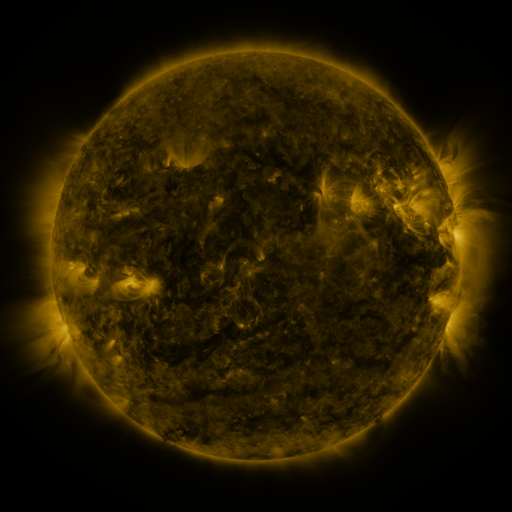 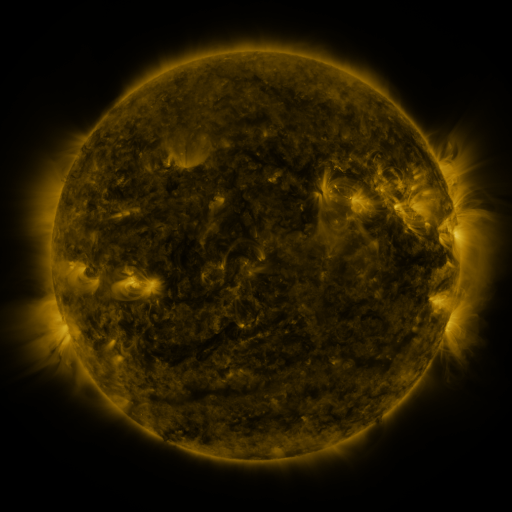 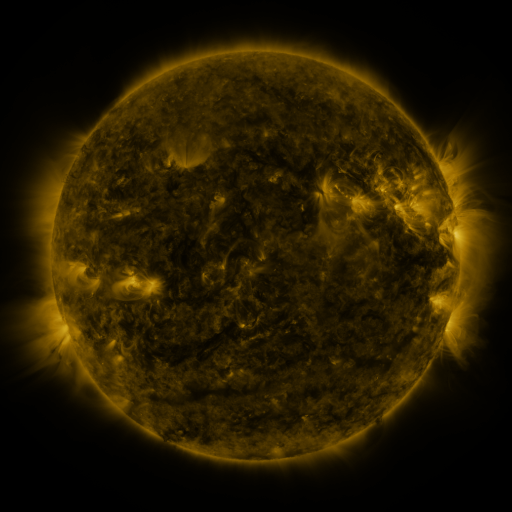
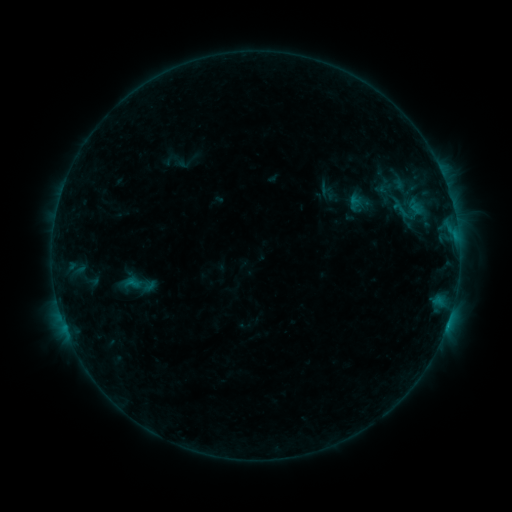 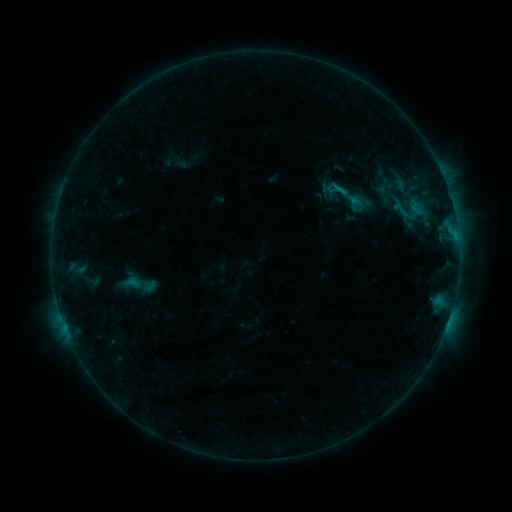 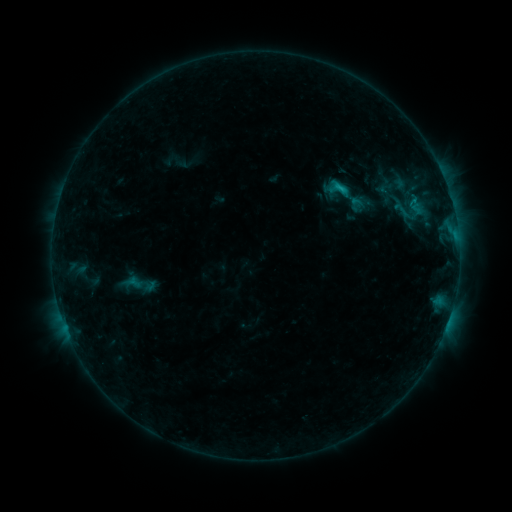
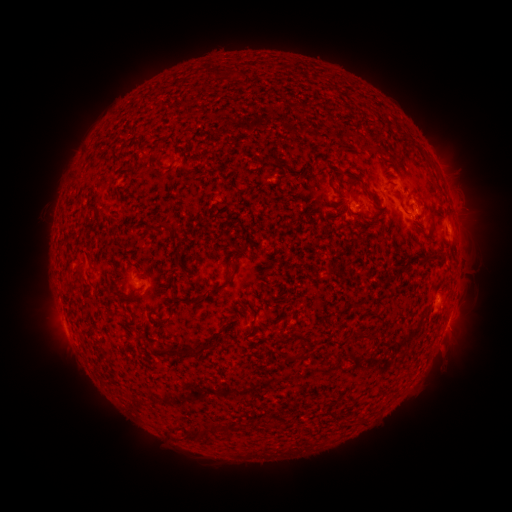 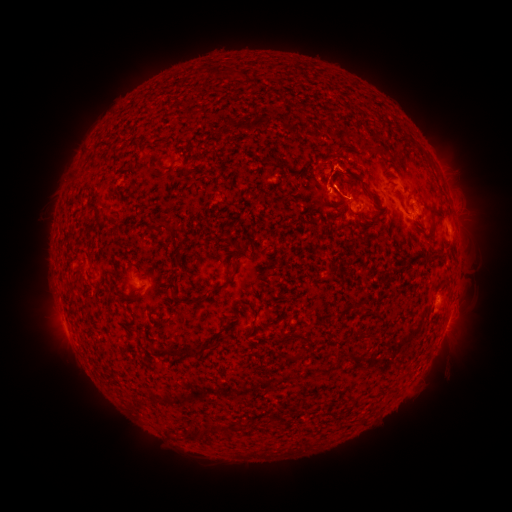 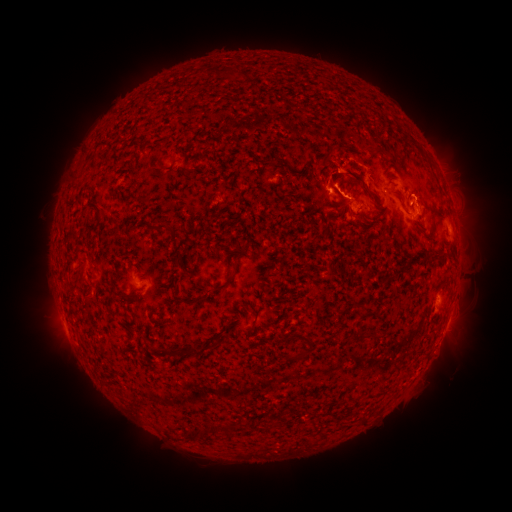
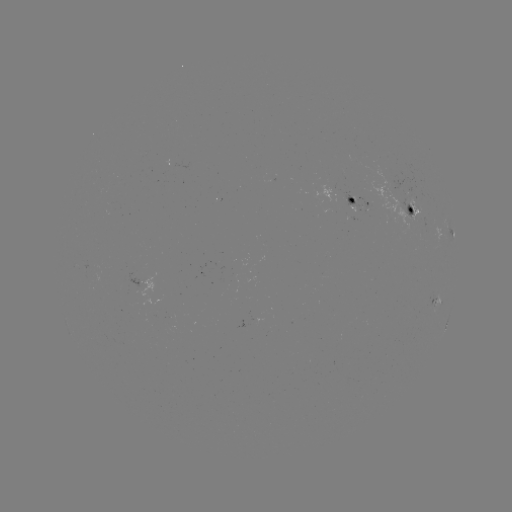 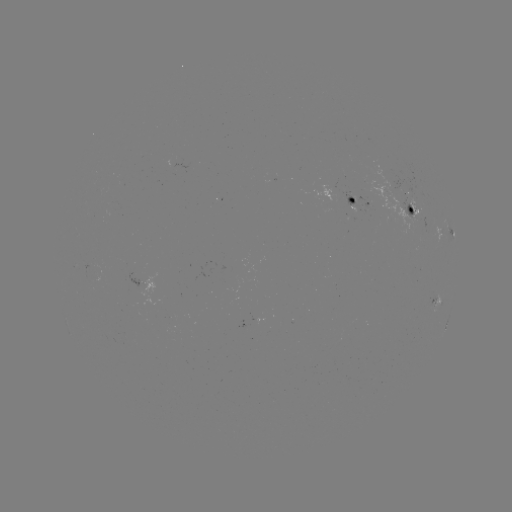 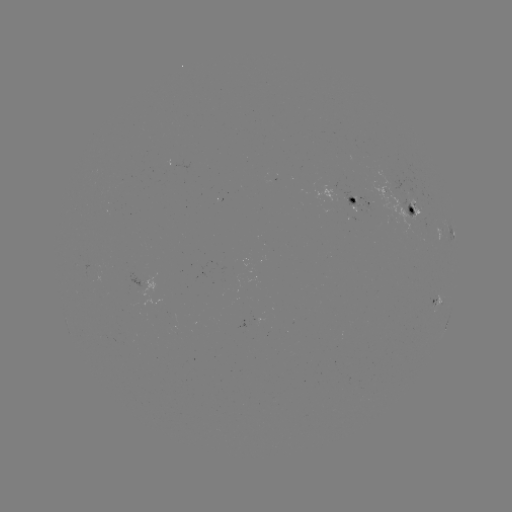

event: eruption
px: (341, 169)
